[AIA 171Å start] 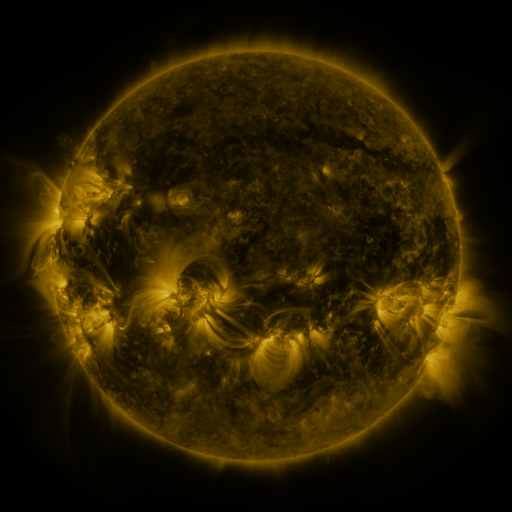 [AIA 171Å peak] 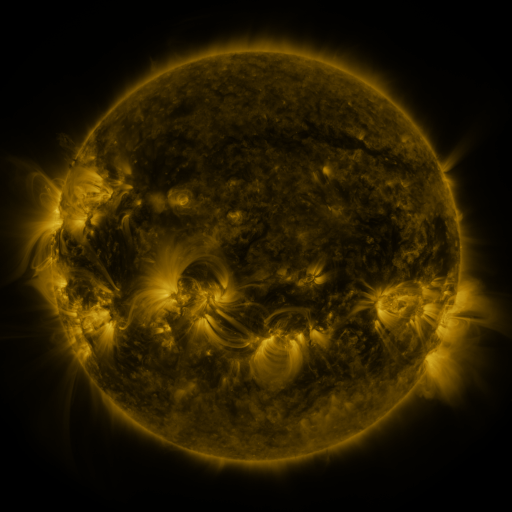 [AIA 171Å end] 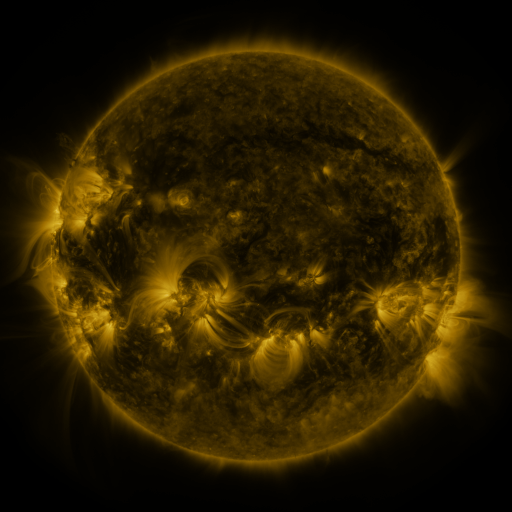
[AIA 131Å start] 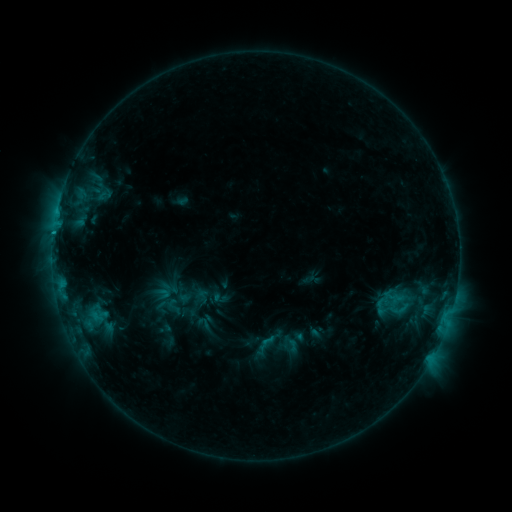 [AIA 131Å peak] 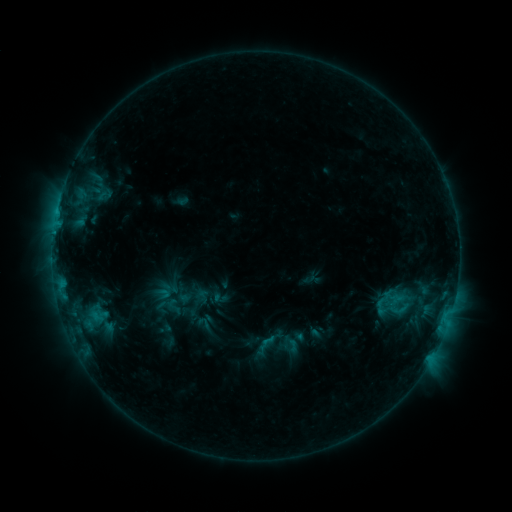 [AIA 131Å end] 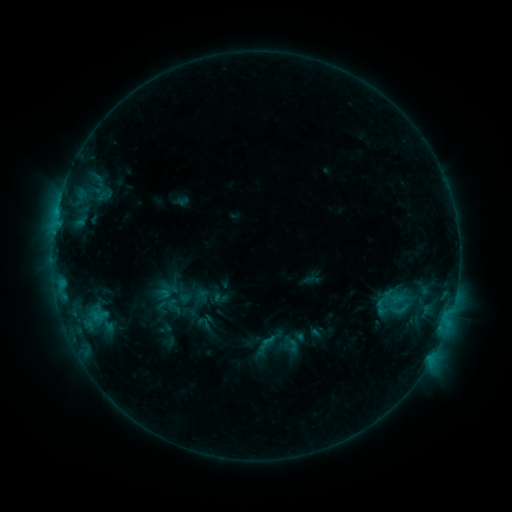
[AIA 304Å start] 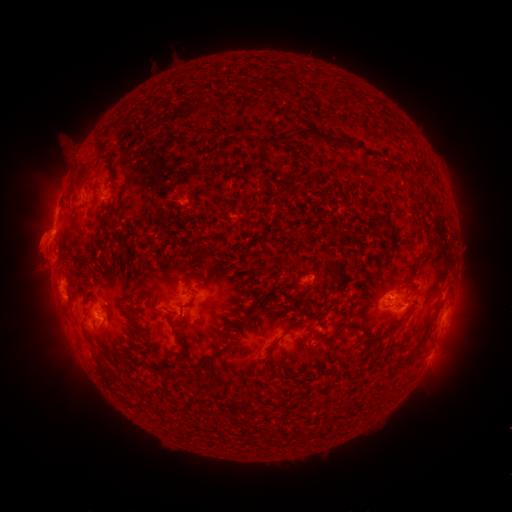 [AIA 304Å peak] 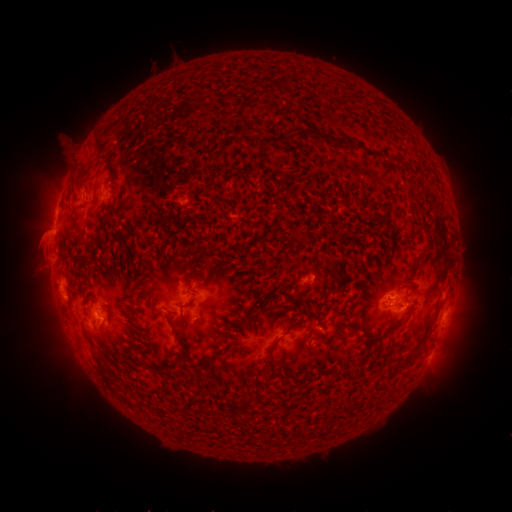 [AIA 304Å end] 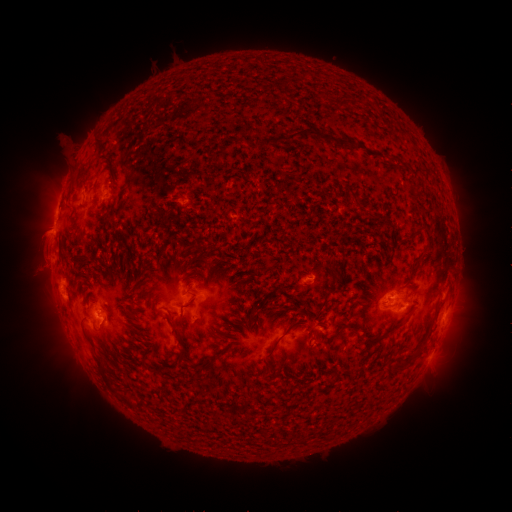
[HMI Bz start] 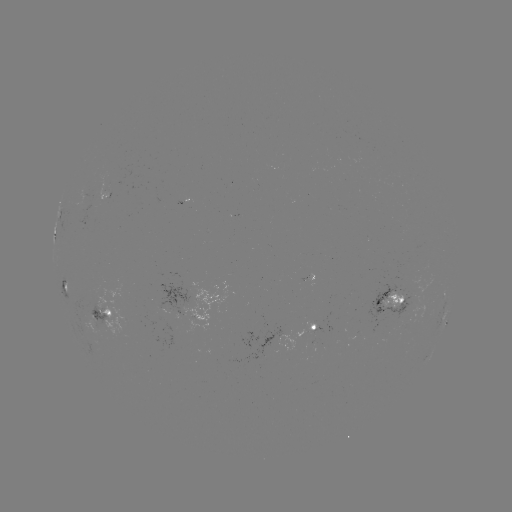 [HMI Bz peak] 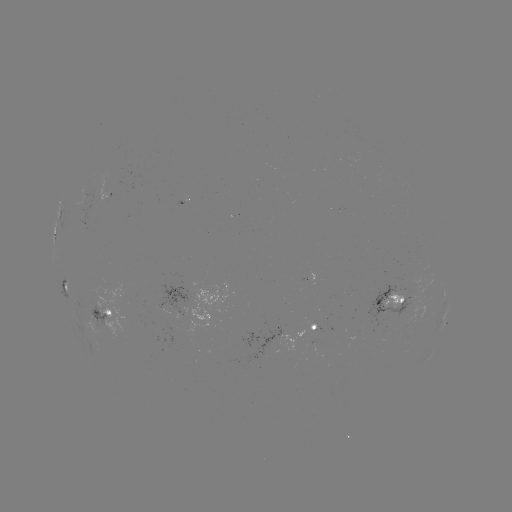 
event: eruption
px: (39, 243)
